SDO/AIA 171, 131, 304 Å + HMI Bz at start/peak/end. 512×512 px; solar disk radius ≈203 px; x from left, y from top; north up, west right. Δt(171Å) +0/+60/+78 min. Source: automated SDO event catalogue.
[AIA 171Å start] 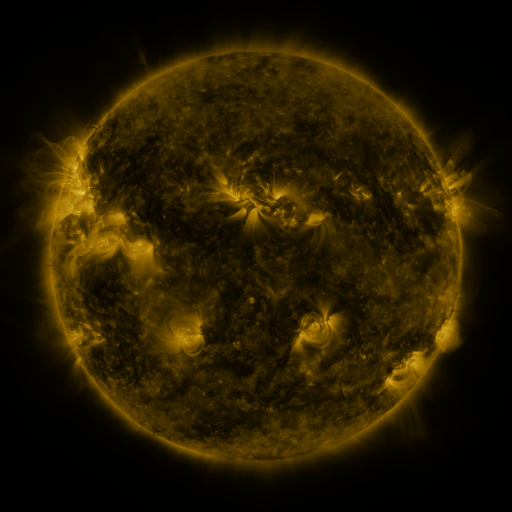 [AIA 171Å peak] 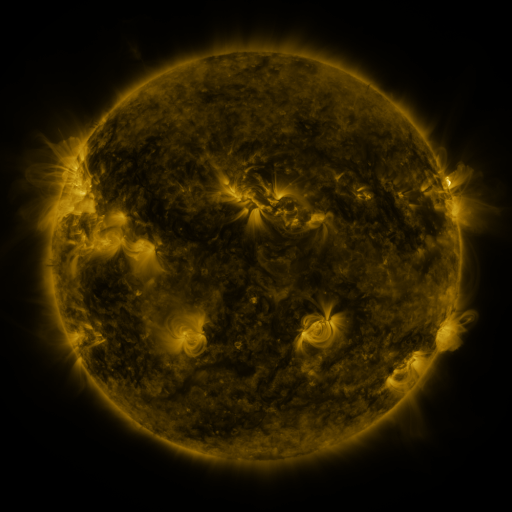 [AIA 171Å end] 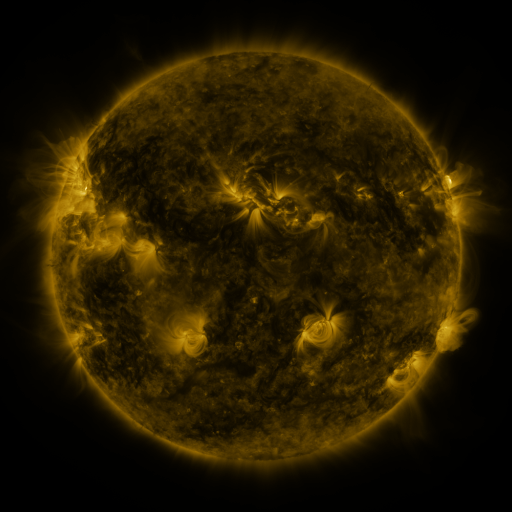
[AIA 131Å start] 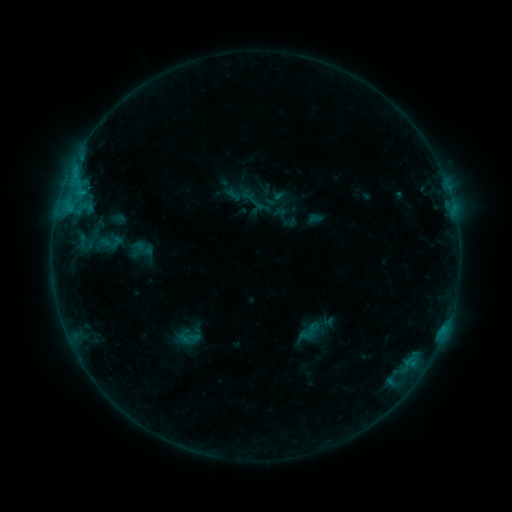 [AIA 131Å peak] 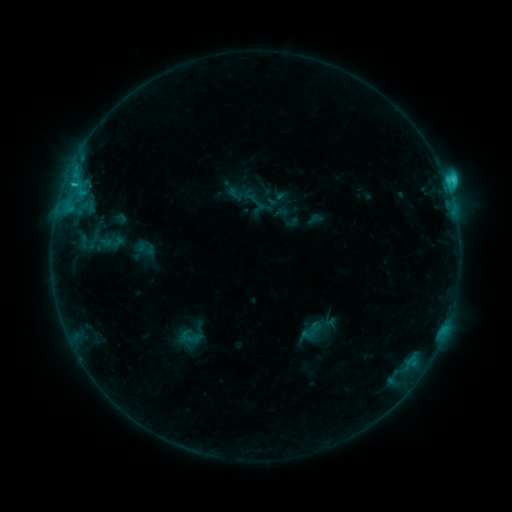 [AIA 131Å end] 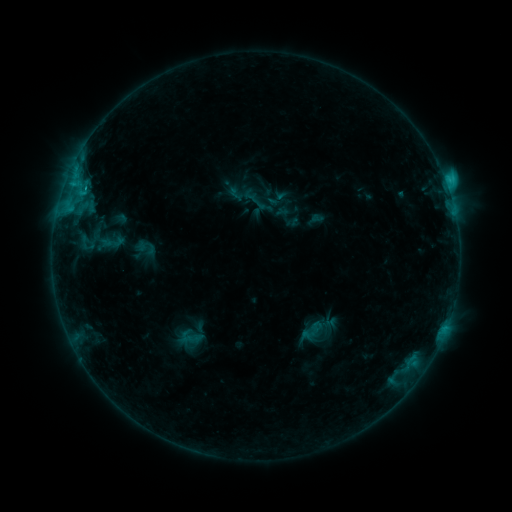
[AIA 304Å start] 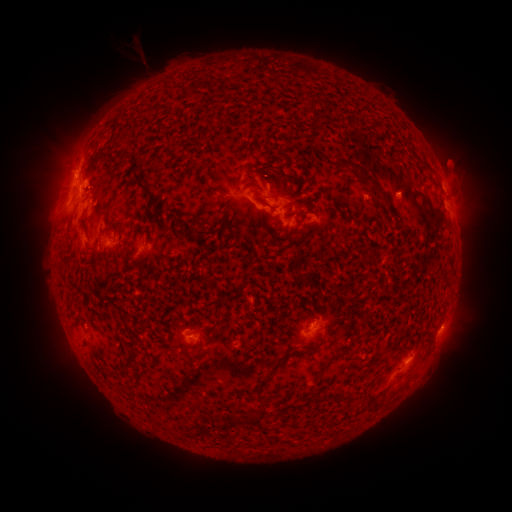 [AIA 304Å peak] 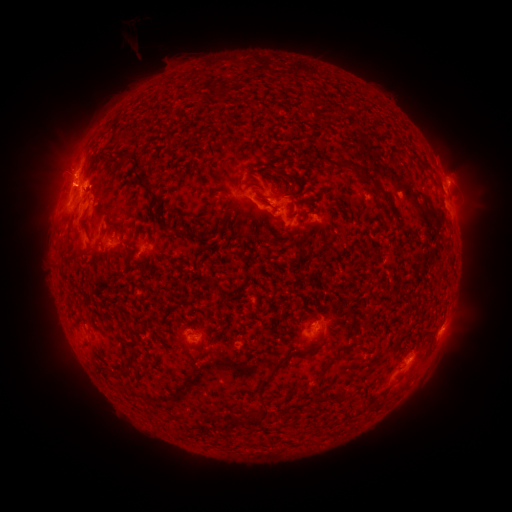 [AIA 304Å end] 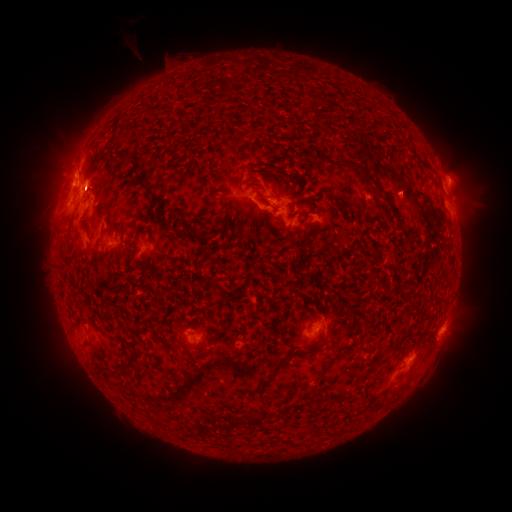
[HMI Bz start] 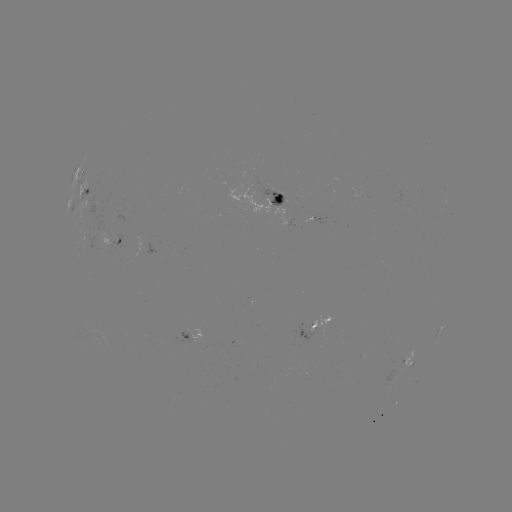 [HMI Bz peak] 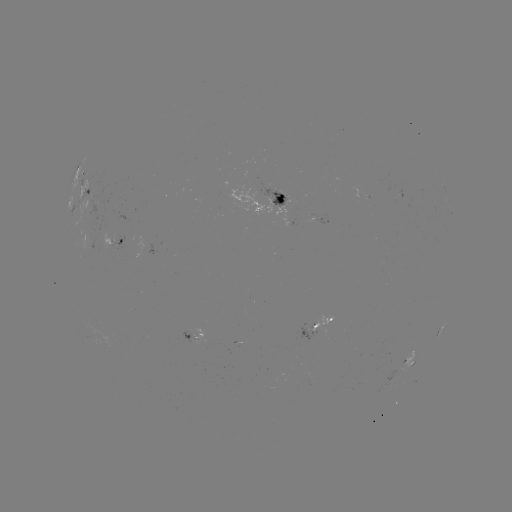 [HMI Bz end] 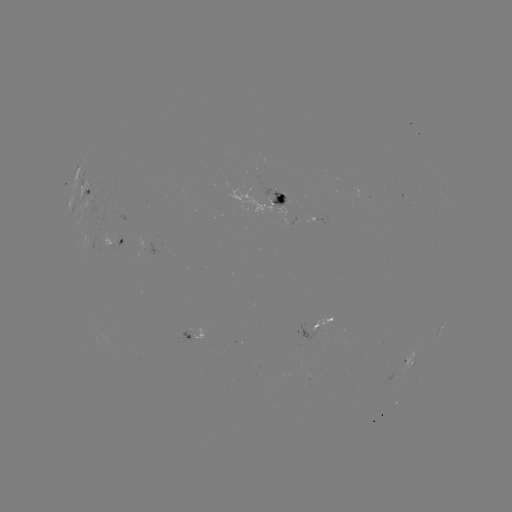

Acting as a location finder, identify C2.7 flare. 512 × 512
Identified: [446, 188].